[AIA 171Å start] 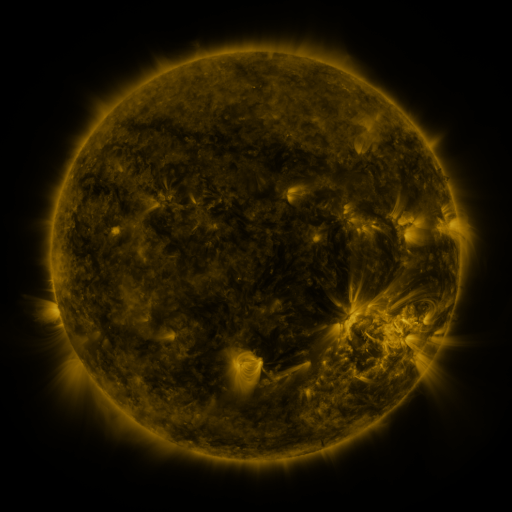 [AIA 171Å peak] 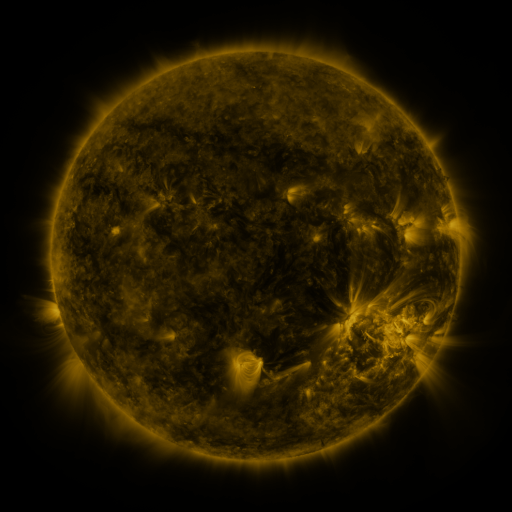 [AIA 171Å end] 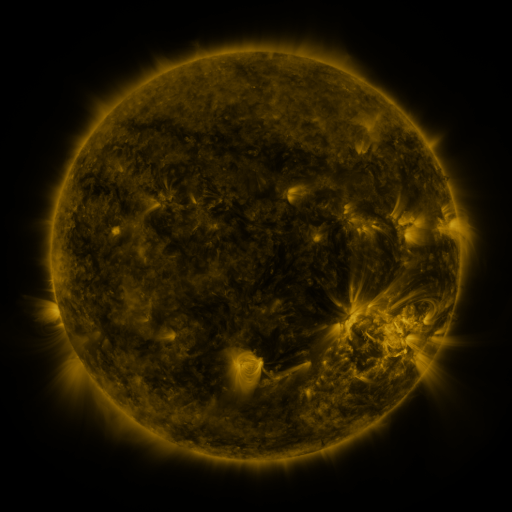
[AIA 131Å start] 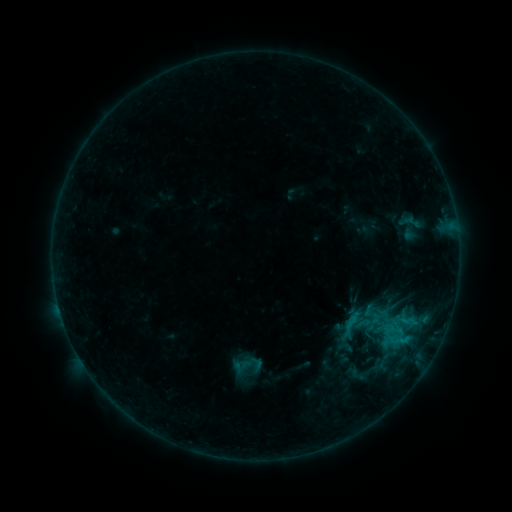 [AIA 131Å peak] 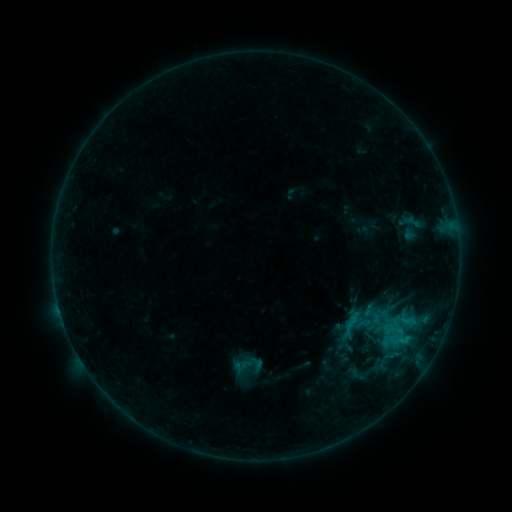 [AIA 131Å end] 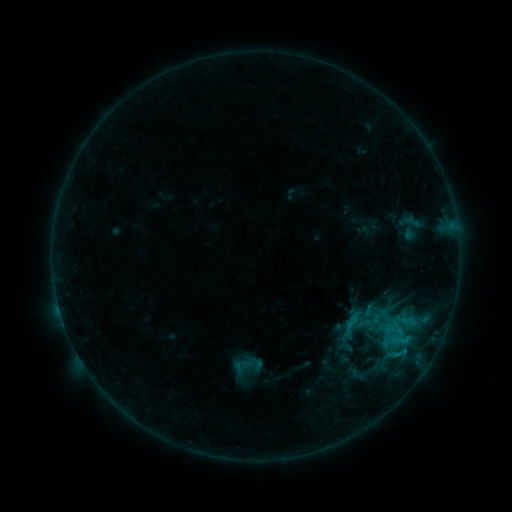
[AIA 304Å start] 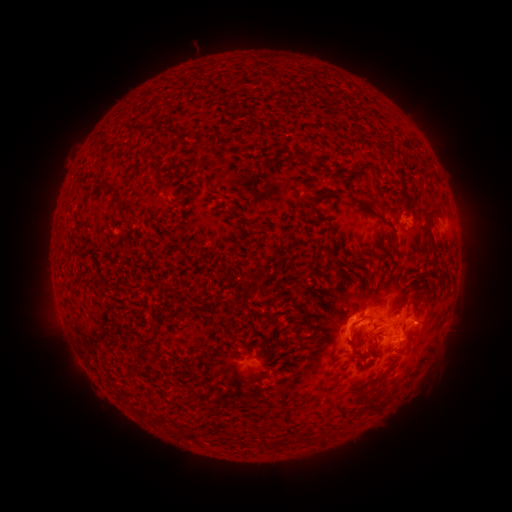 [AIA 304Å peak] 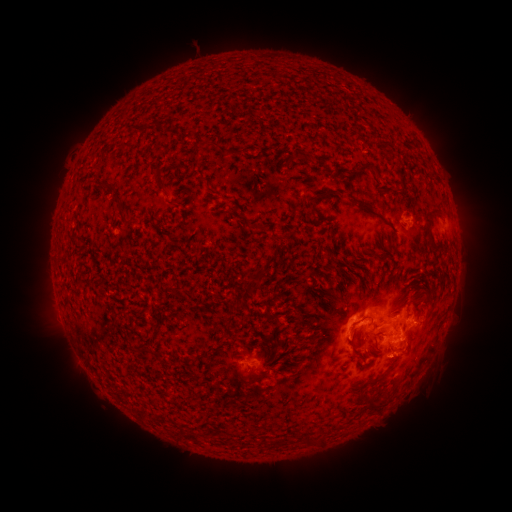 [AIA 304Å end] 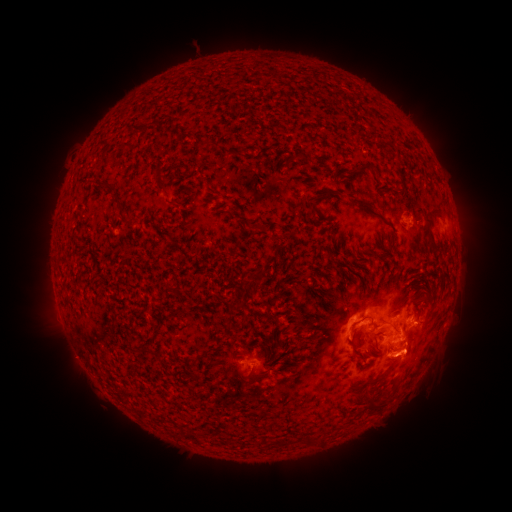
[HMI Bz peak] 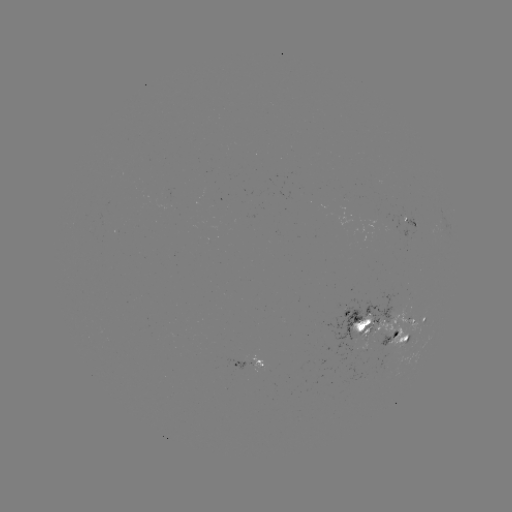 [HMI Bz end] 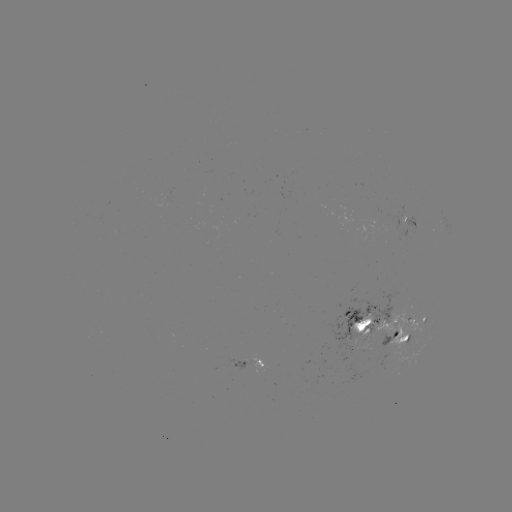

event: eruption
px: (415, 357)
